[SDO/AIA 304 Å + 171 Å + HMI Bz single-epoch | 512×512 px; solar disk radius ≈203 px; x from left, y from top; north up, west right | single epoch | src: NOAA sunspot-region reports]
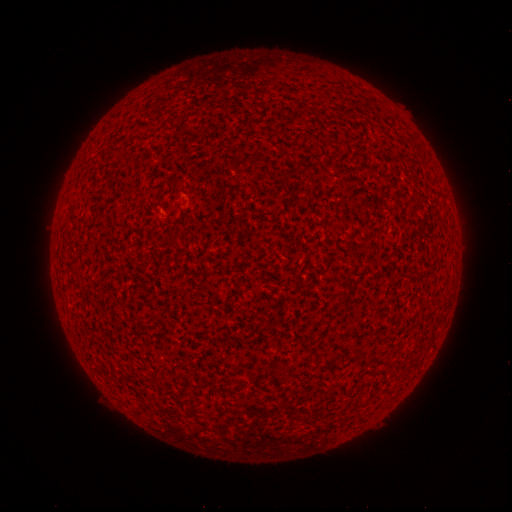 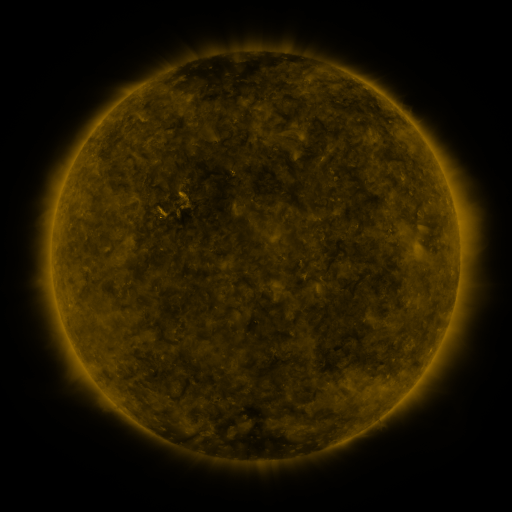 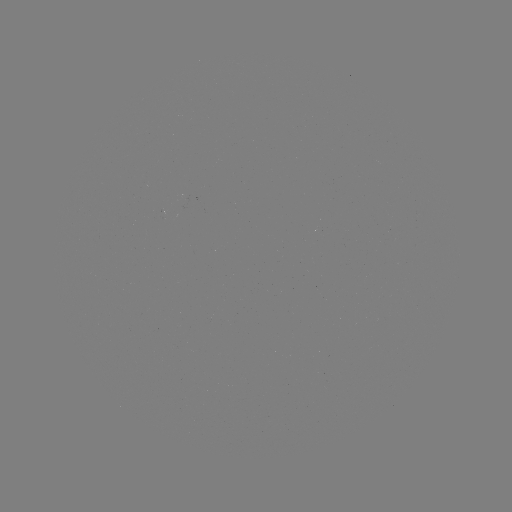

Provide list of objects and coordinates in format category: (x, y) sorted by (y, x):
(none)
